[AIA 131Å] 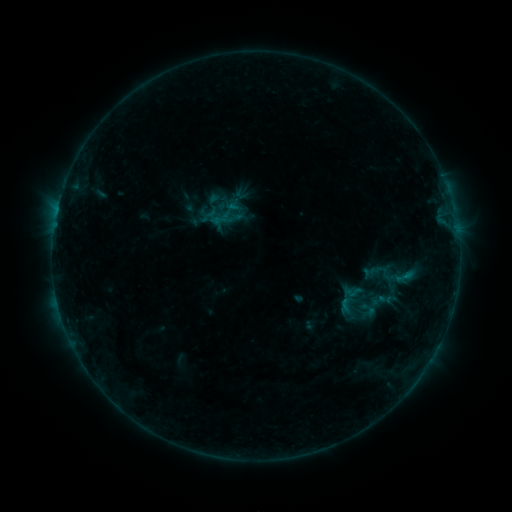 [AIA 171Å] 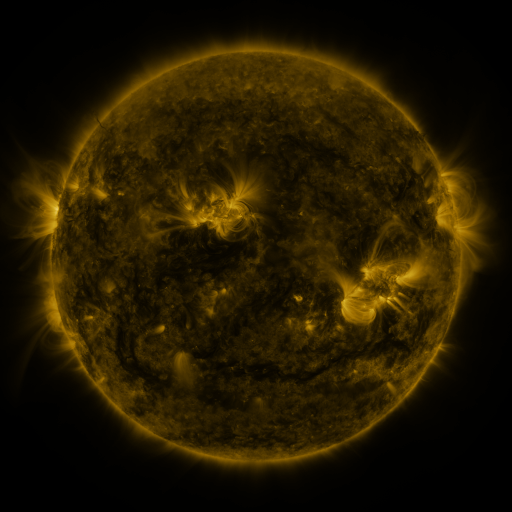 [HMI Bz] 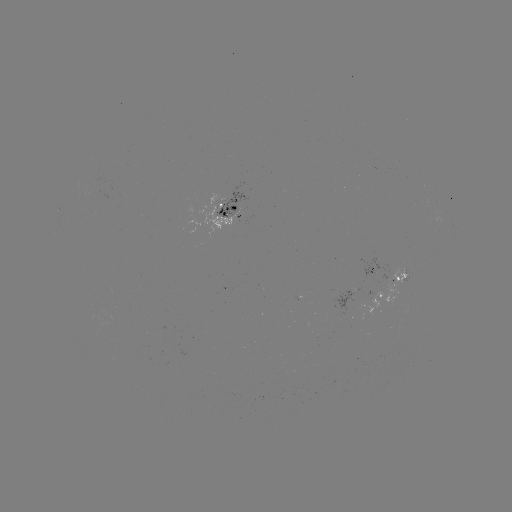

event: sigmoid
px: (217, 202)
